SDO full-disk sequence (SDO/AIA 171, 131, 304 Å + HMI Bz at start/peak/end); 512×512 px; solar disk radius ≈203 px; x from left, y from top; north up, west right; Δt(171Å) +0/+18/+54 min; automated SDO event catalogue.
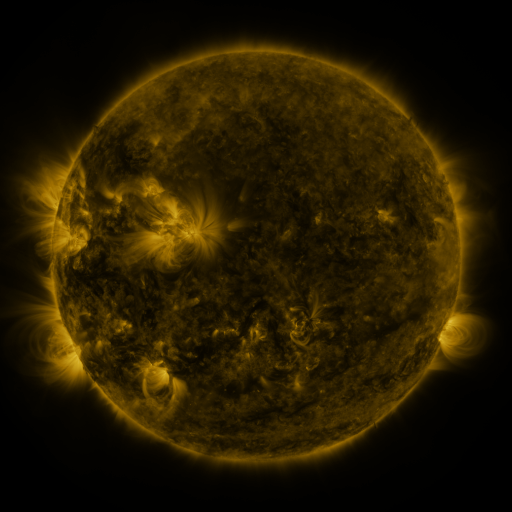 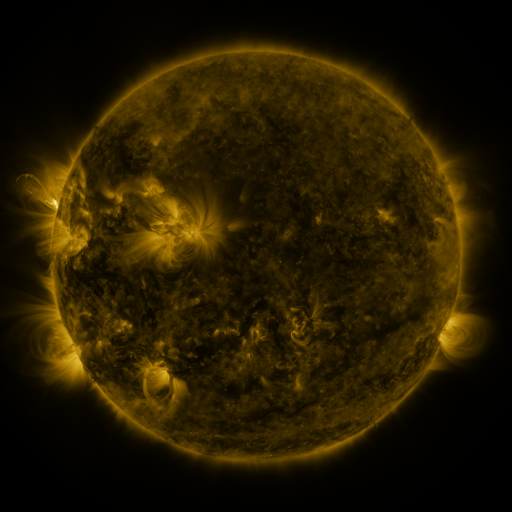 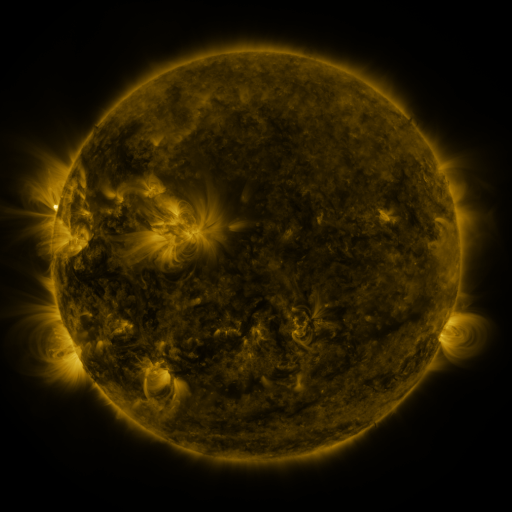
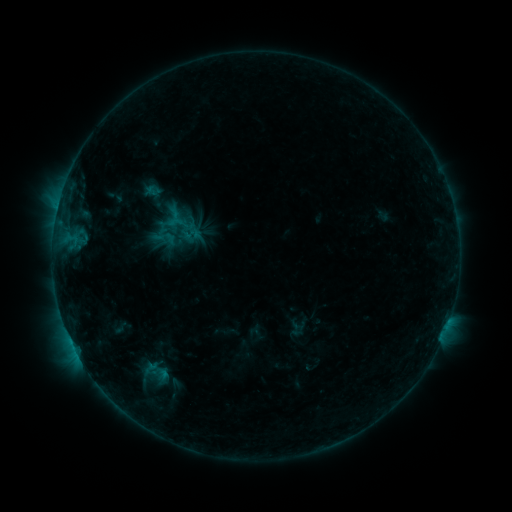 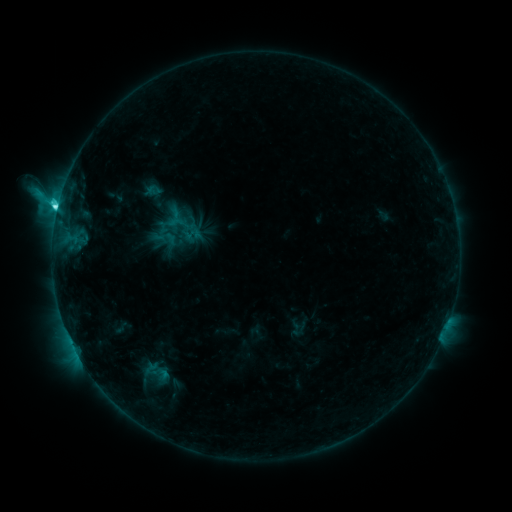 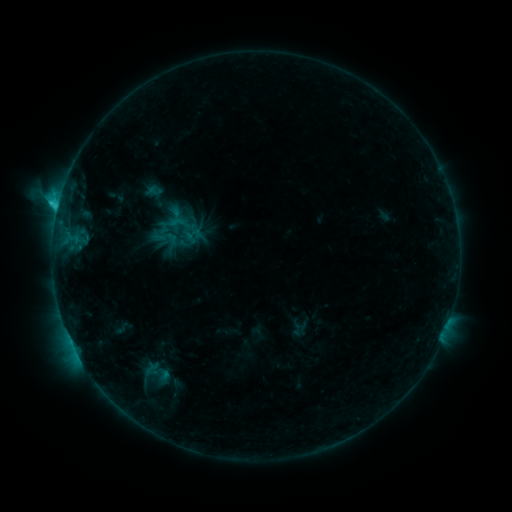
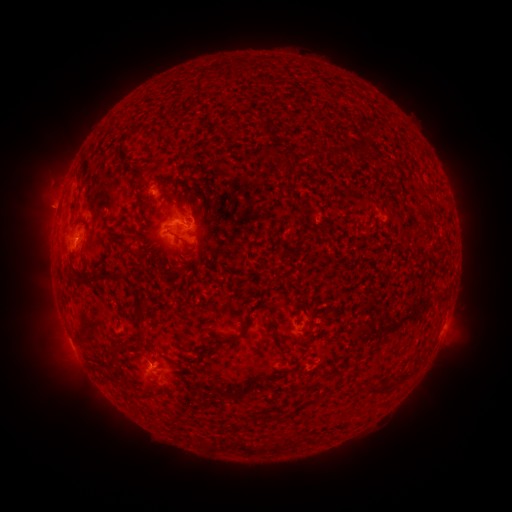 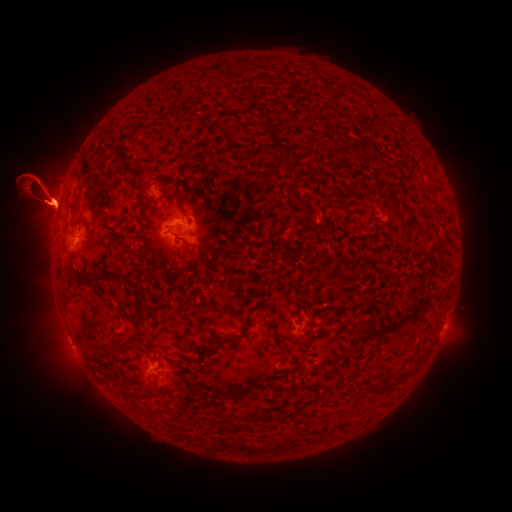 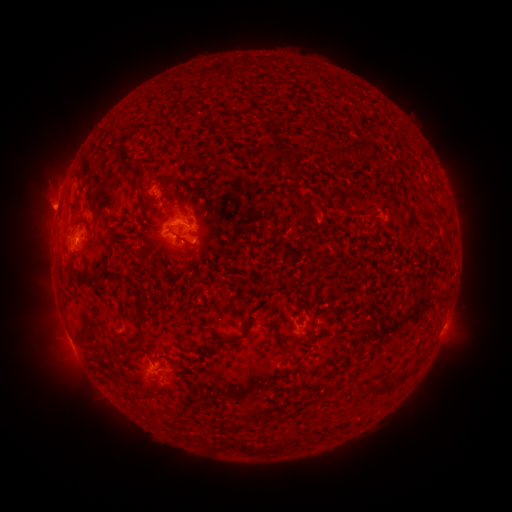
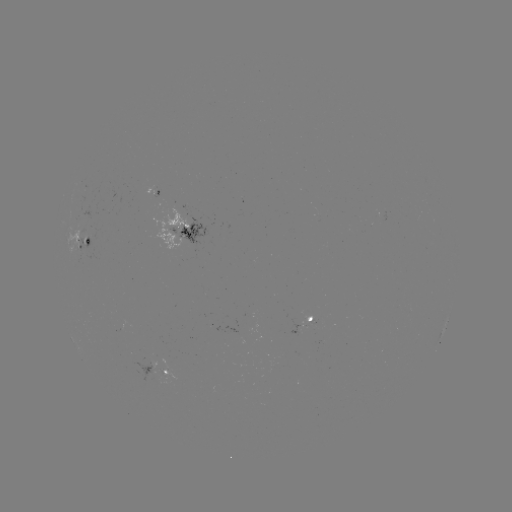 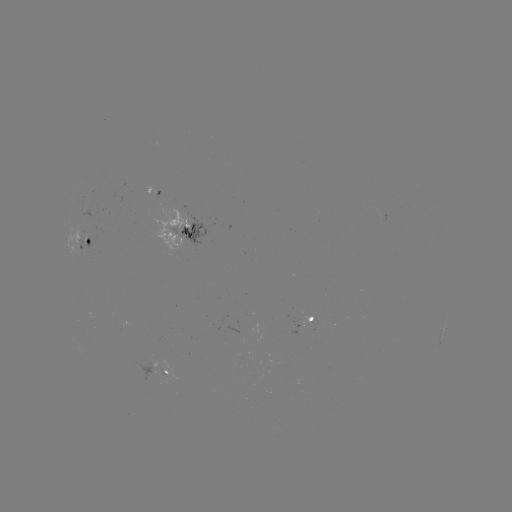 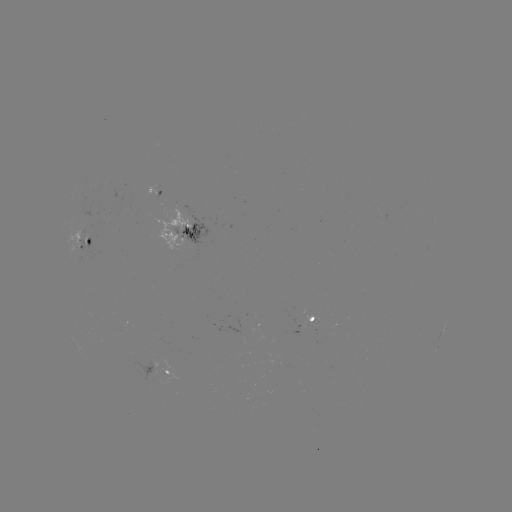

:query C4.8 flare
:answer (58, 211)